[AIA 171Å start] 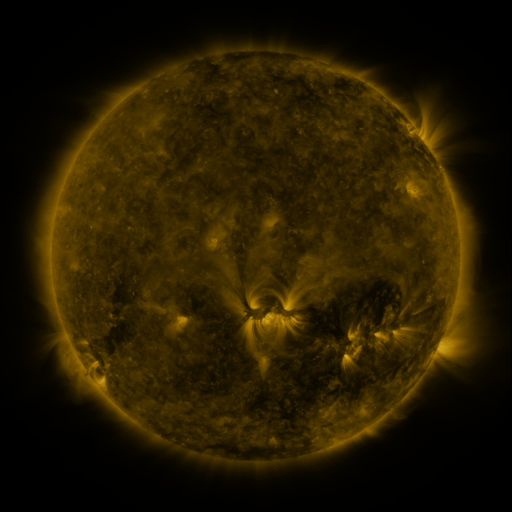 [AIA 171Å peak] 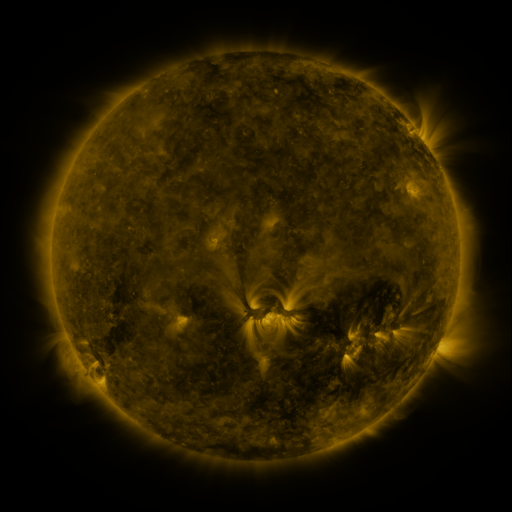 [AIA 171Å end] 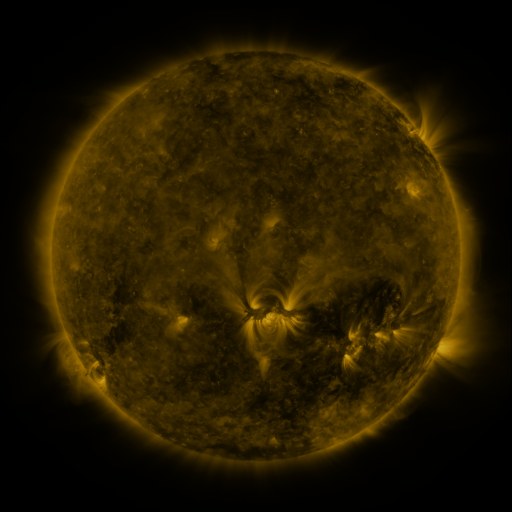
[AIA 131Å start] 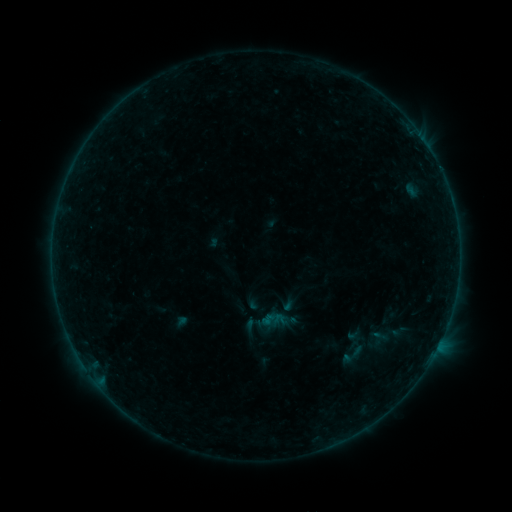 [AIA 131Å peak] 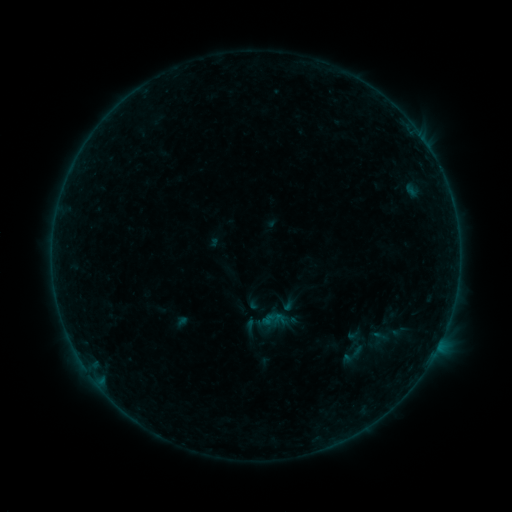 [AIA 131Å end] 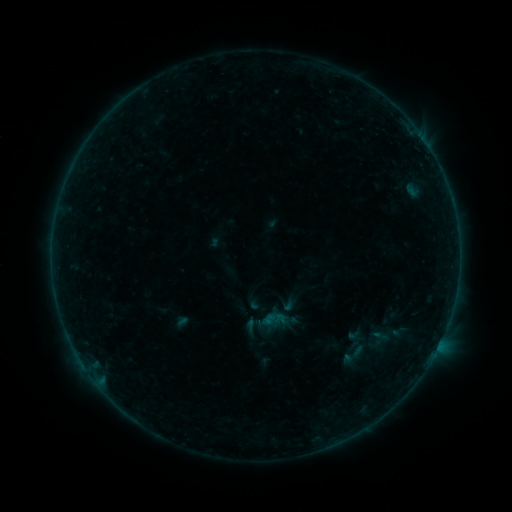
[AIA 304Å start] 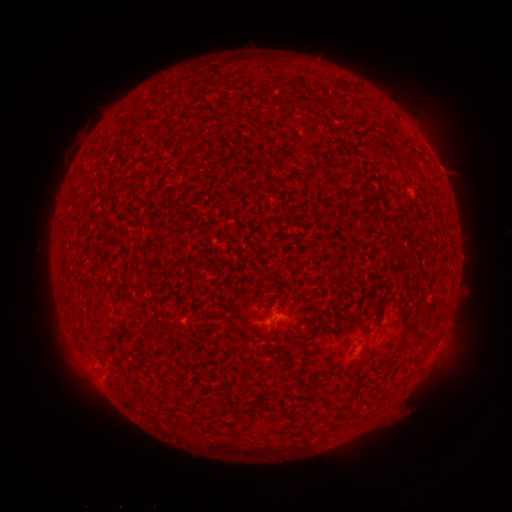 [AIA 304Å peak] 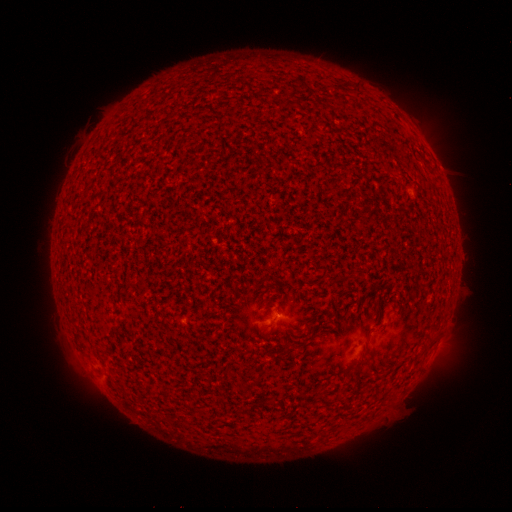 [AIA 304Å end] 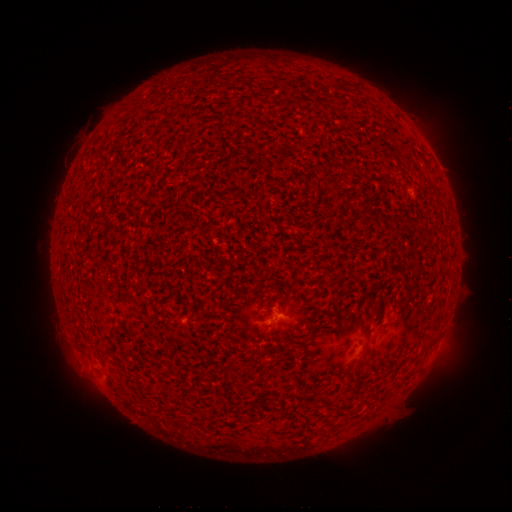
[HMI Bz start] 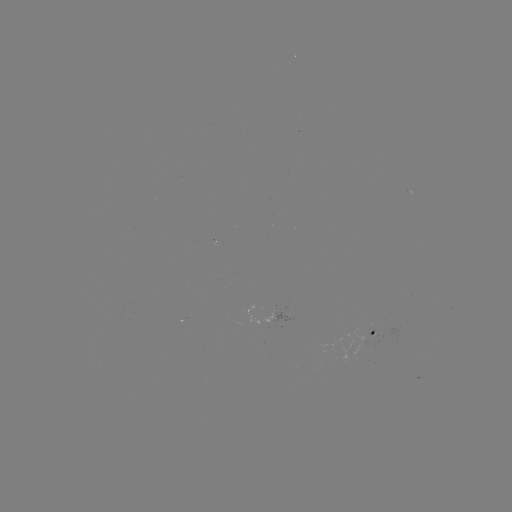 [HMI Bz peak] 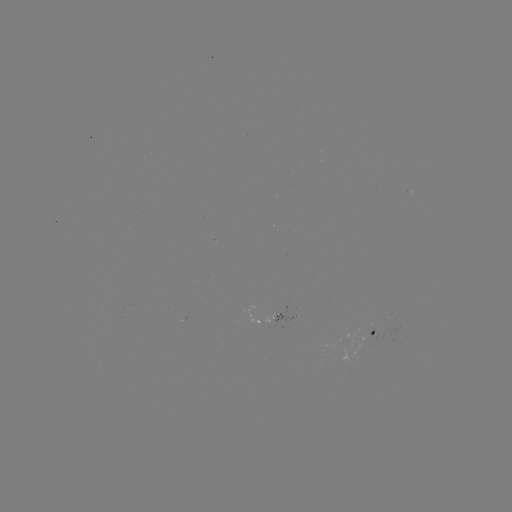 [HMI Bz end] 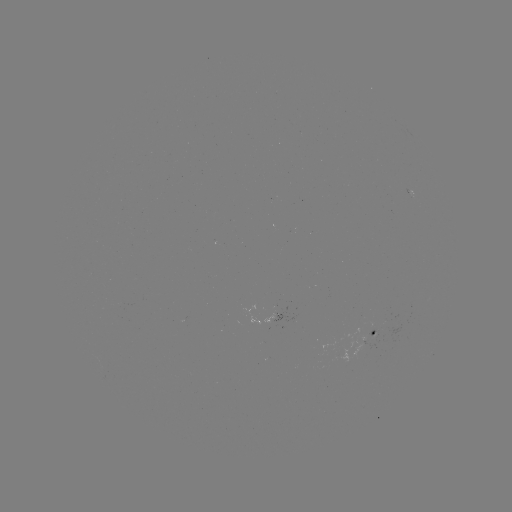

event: flare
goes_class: B1.1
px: (276, 314)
